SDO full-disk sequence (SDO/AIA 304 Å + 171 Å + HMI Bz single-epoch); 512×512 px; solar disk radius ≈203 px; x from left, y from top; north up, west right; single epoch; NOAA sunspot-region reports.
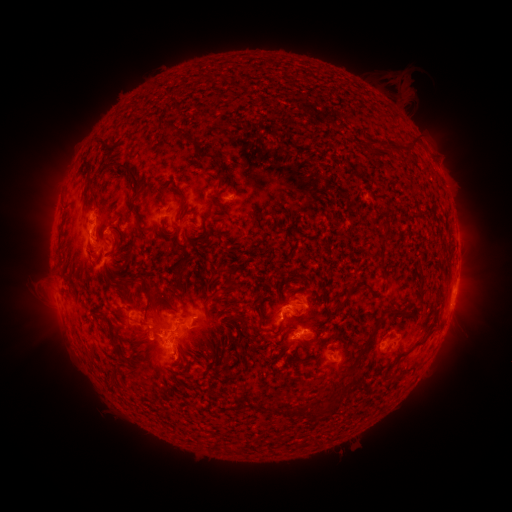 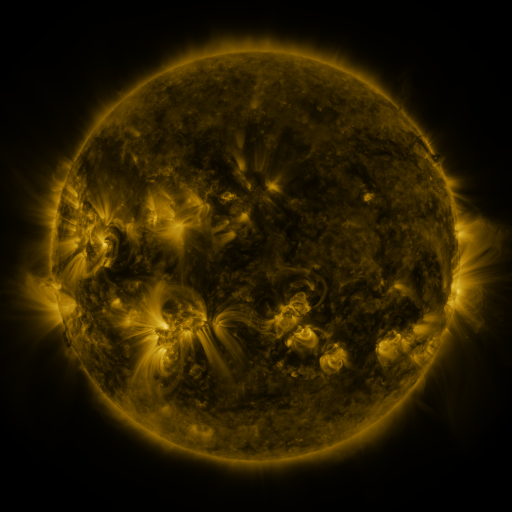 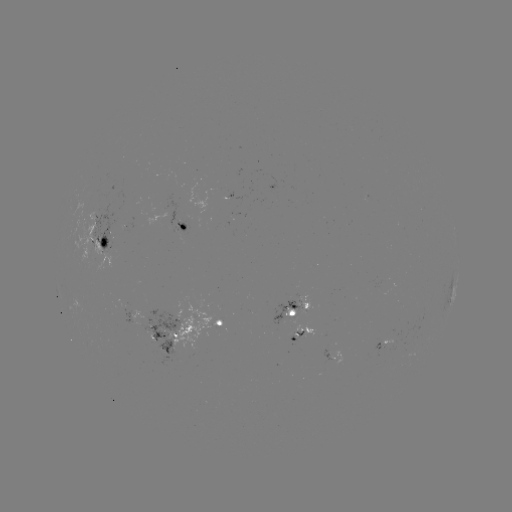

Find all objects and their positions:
spotted active region: (187, 226)
spotted active region: (101, 237)
spotted active region: (453, 299)
spotted active region: (290, 311)
spotted active region: (222, 325)
spotted active region: (312, 331)
spotted active region: (172, 337)
spotted active region: (382, 345)
spotted active region: (333, 353)
